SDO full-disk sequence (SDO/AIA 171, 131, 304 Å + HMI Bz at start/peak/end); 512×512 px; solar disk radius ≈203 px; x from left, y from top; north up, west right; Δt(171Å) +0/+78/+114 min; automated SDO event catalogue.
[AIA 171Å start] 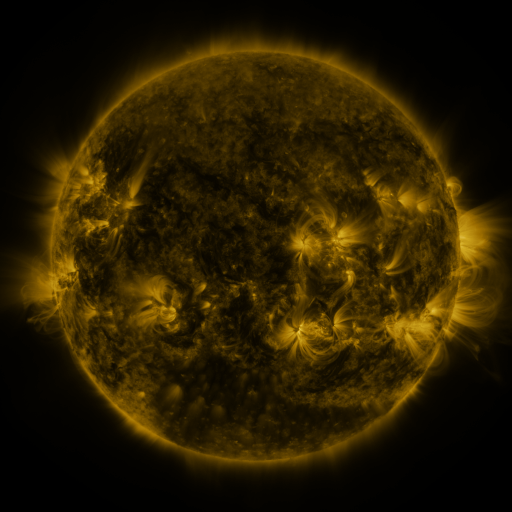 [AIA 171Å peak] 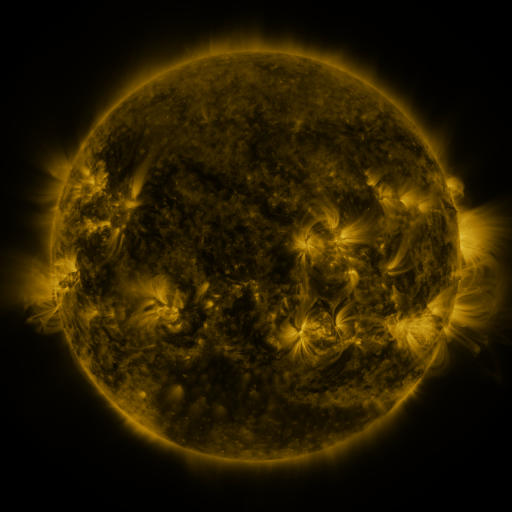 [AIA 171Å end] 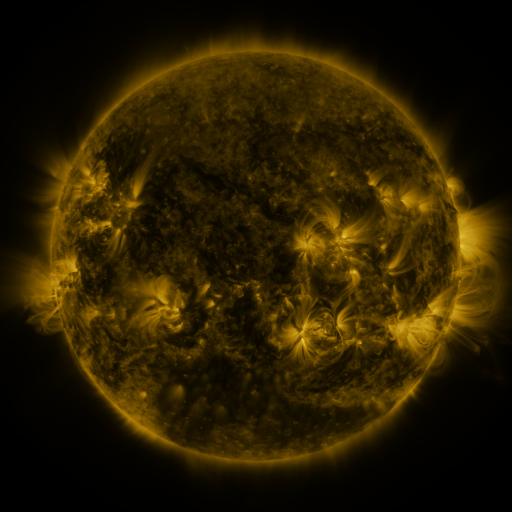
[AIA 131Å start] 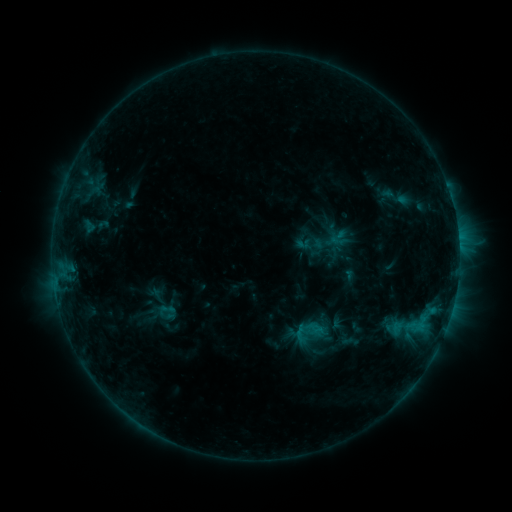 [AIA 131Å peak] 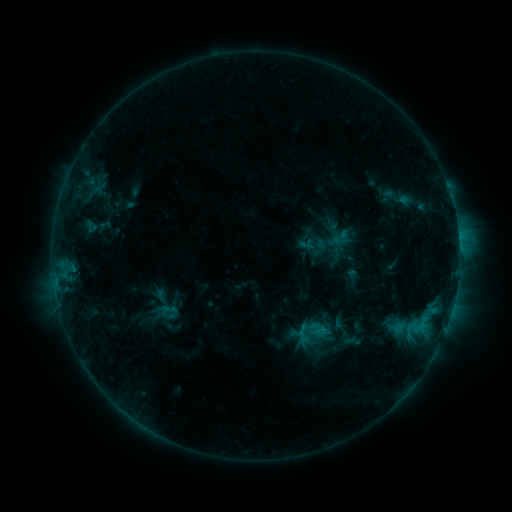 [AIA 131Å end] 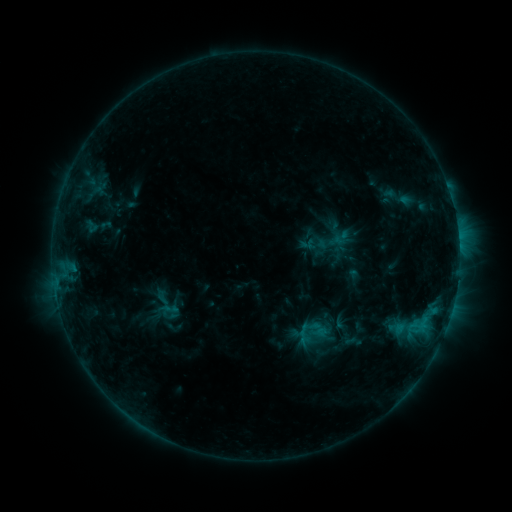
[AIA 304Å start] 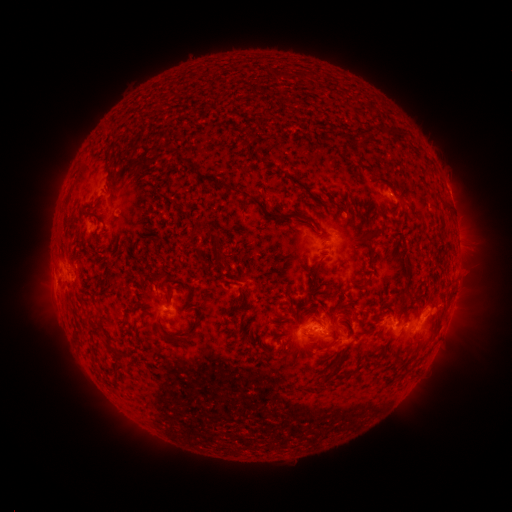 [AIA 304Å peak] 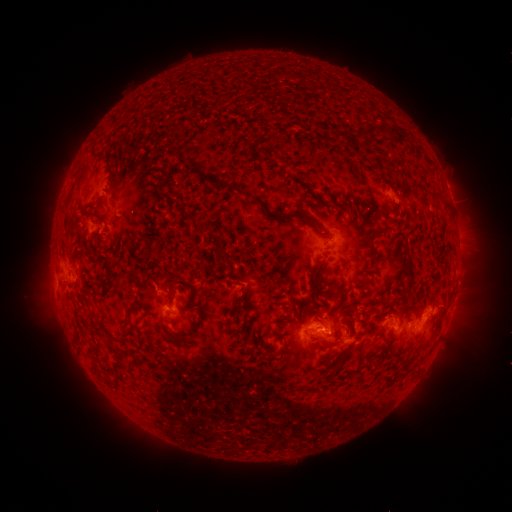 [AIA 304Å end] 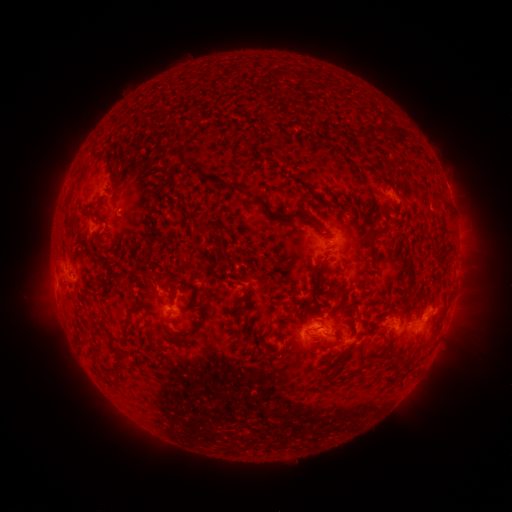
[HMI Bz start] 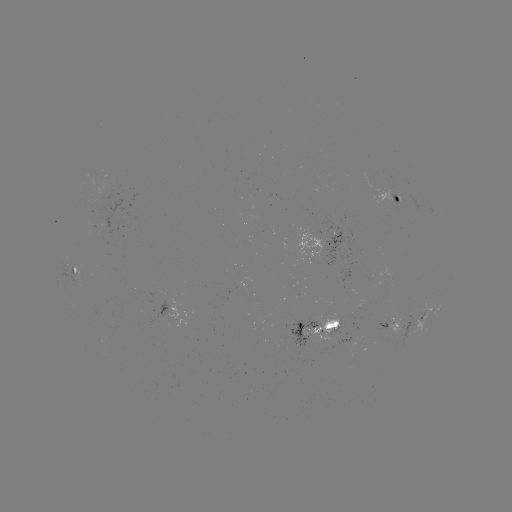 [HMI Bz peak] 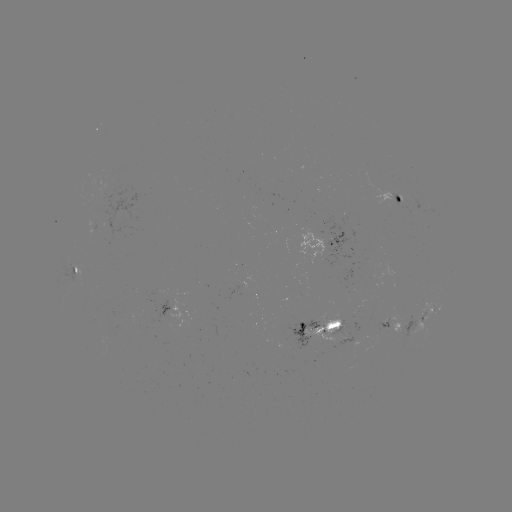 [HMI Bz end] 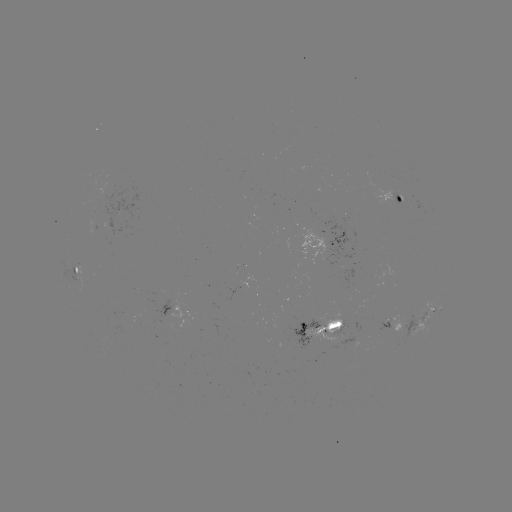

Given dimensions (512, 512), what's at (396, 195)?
emerging-flux region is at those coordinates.